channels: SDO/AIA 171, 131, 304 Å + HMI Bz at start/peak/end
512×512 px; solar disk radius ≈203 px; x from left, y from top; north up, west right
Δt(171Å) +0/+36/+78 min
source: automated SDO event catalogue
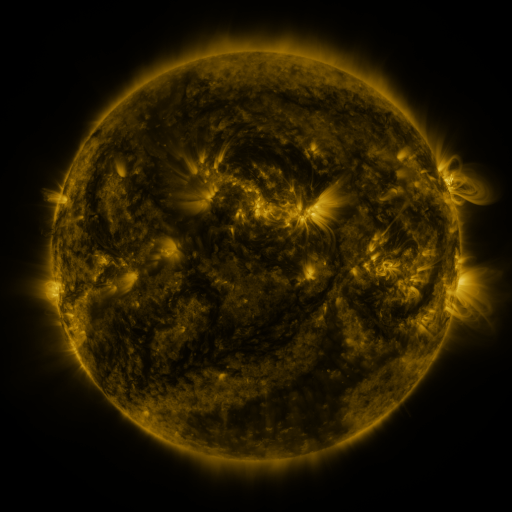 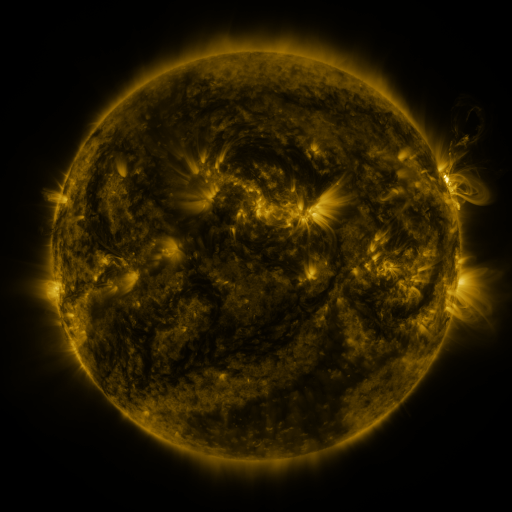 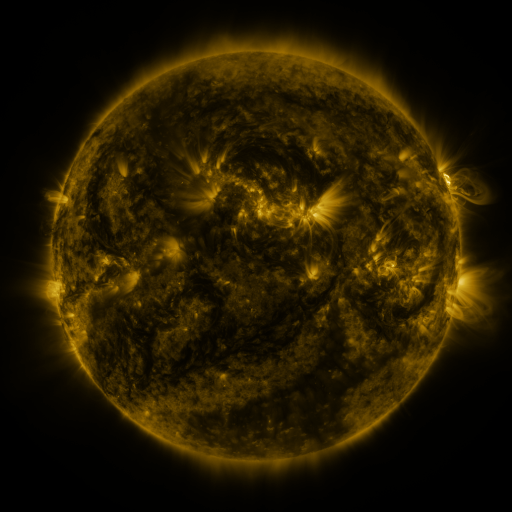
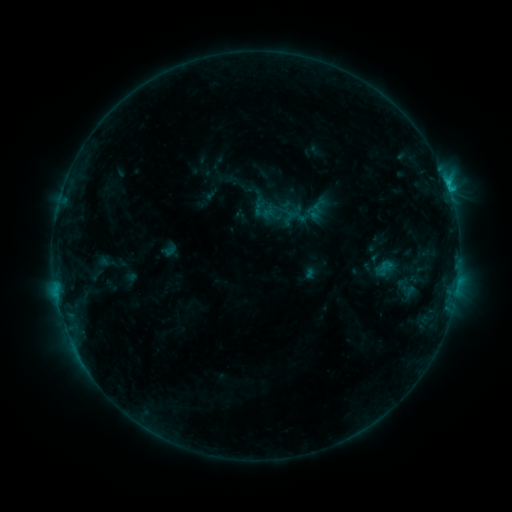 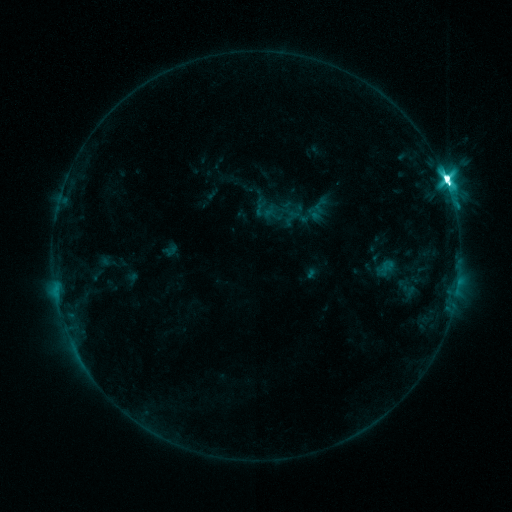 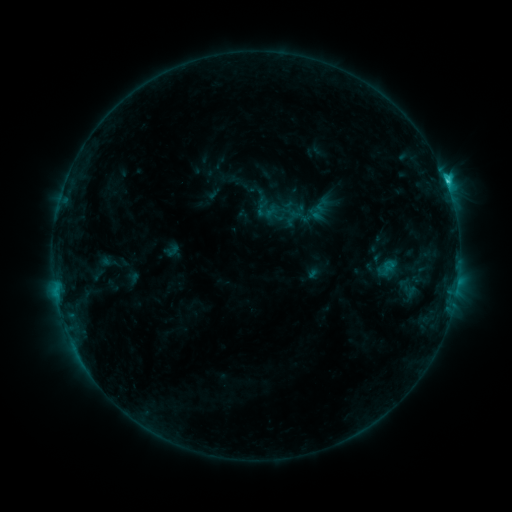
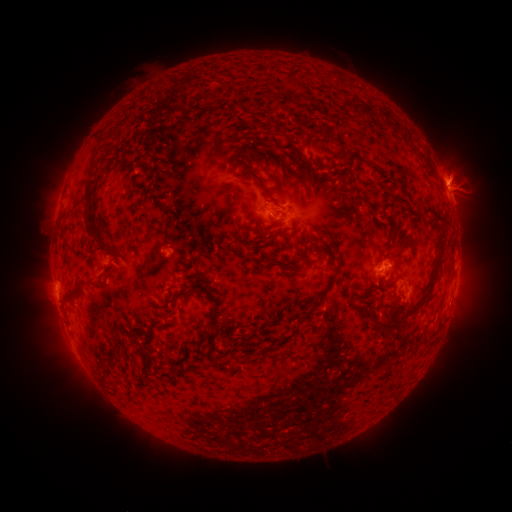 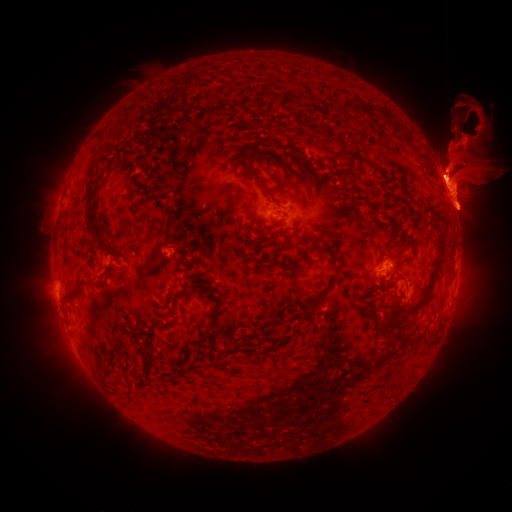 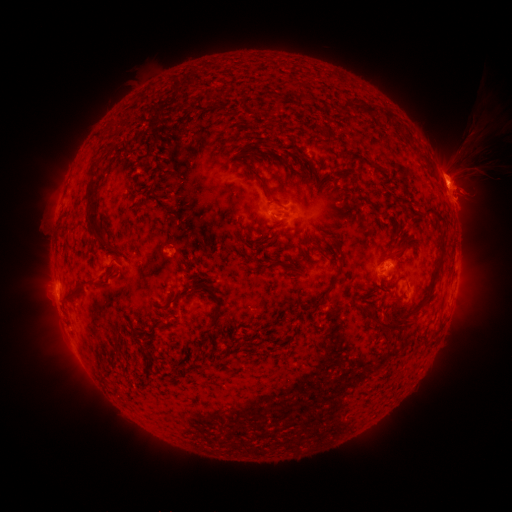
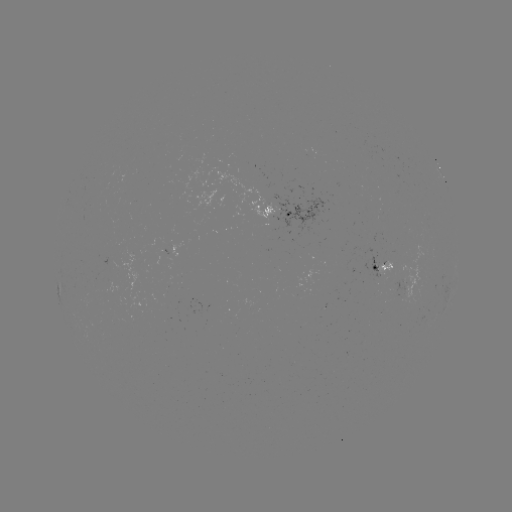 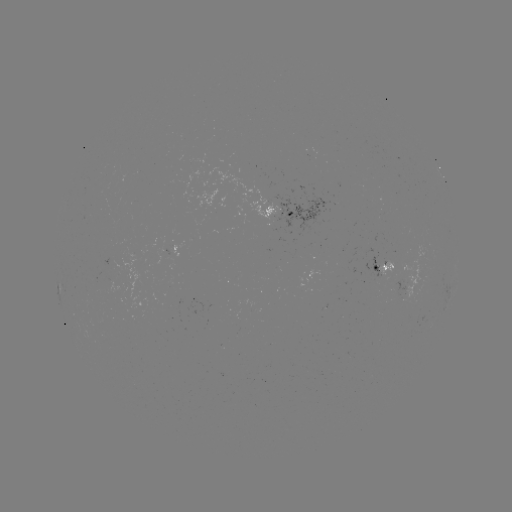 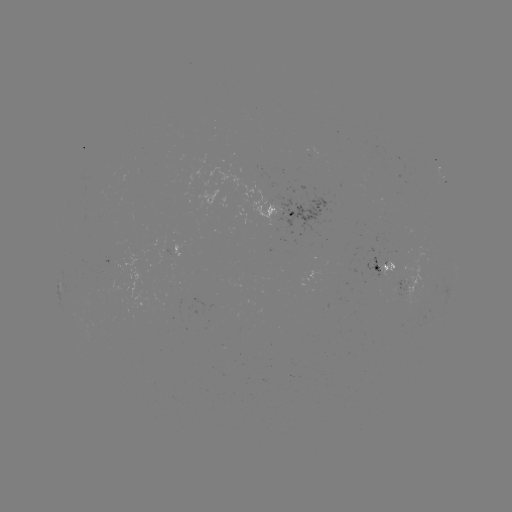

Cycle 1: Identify eruption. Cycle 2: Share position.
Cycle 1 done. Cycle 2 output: (463, 164).